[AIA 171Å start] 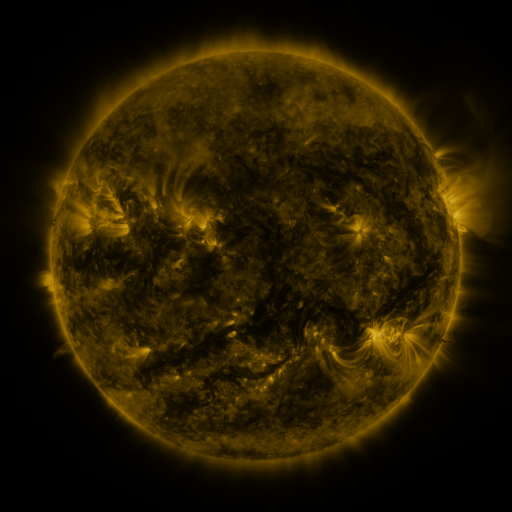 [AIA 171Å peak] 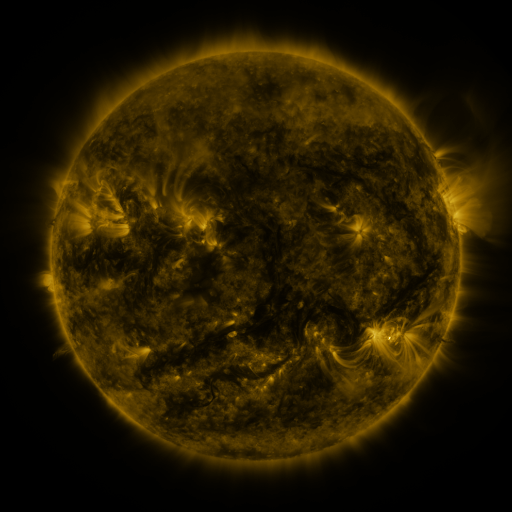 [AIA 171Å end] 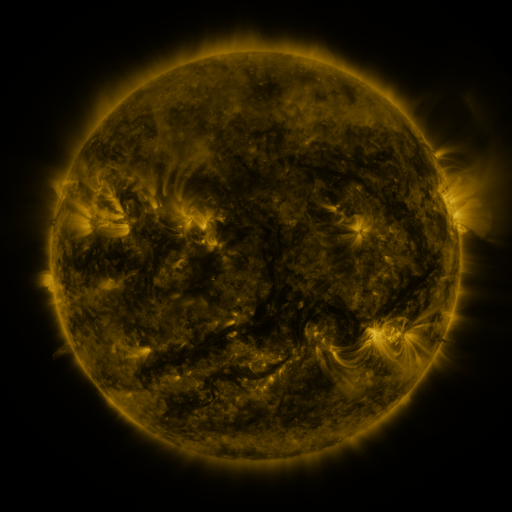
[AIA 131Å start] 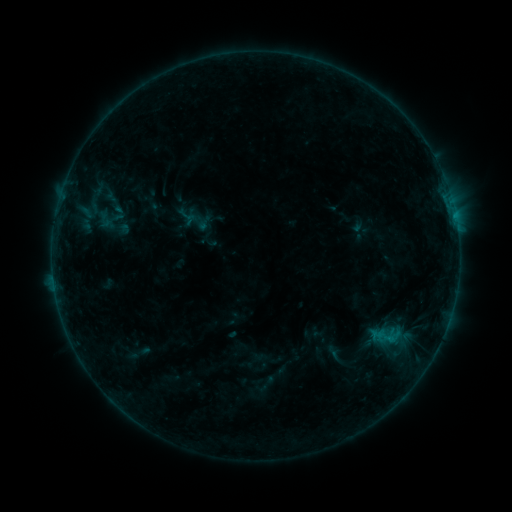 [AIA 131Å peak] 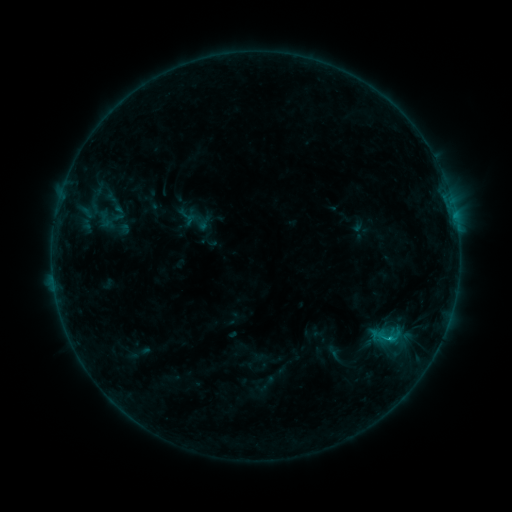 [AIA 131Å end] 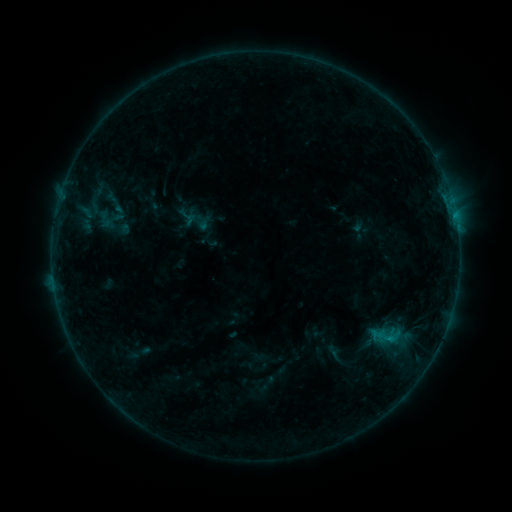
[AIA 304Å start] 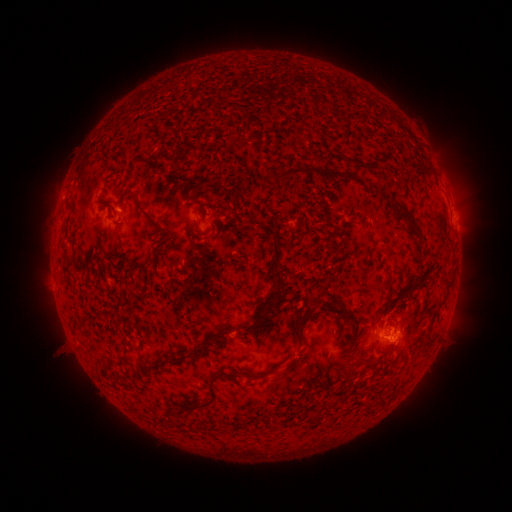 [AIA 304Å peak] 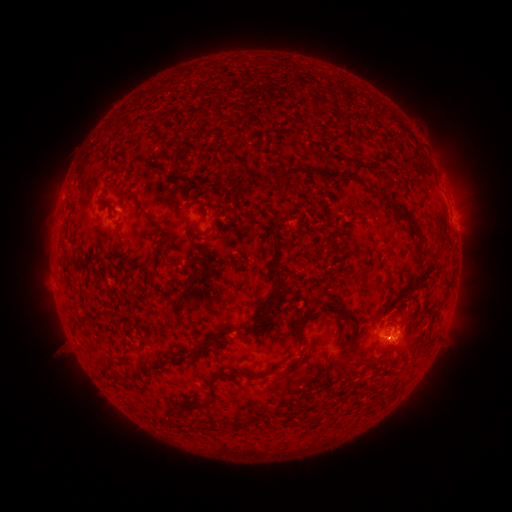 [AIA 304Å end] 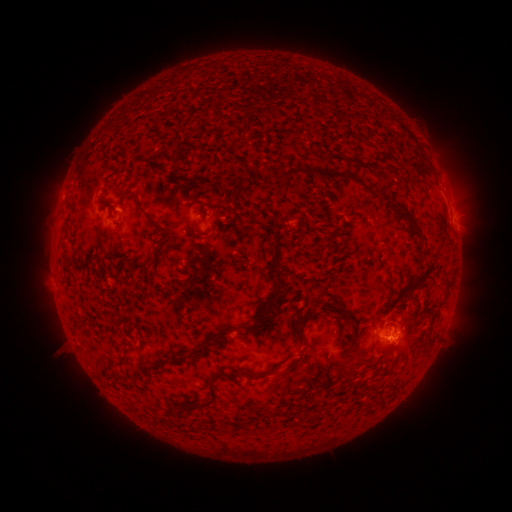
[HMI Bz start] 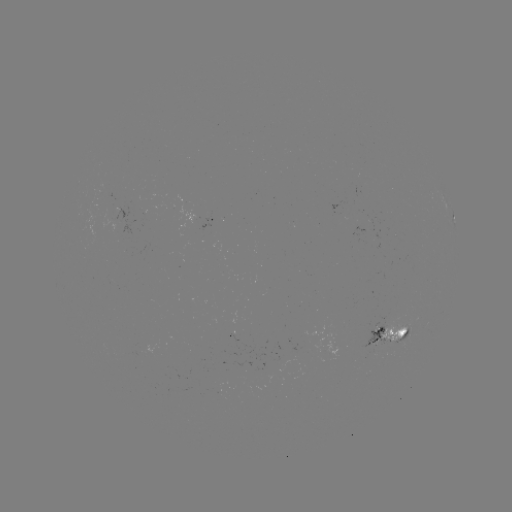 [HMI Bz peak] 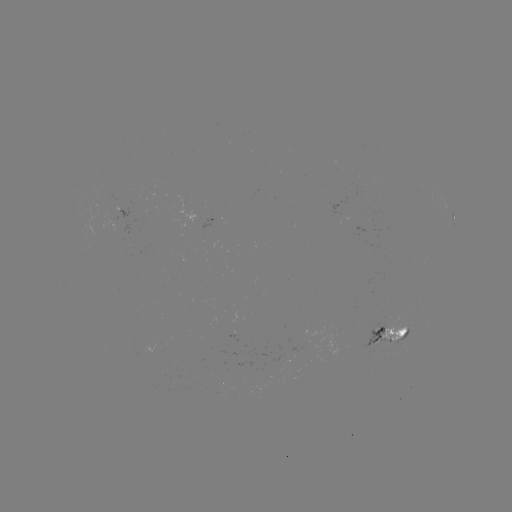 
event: flare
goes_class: B4.9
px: (387, 337)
